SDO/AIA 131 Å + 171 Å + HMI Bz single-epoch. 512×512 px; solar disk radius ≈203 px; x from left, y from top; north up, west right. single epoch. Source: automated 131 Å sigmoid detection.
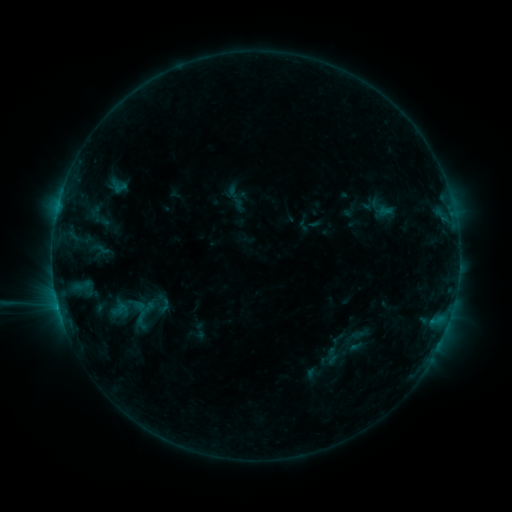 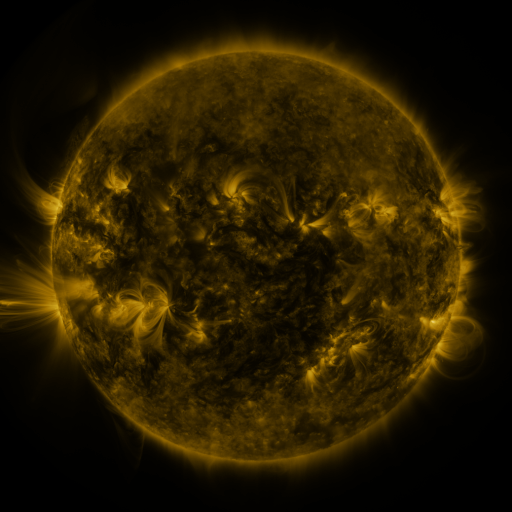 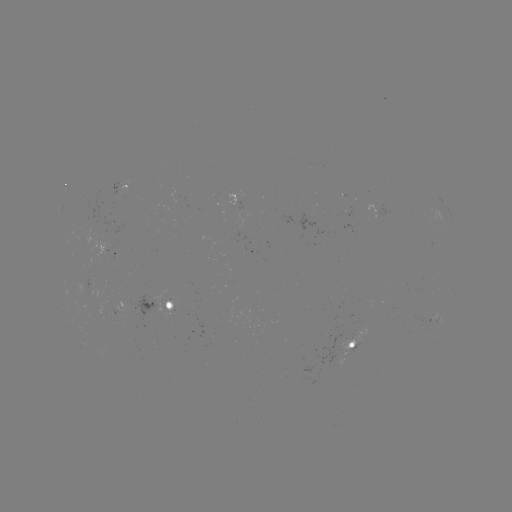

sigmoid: <bbox>88, 235, 111, 263</bbox>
